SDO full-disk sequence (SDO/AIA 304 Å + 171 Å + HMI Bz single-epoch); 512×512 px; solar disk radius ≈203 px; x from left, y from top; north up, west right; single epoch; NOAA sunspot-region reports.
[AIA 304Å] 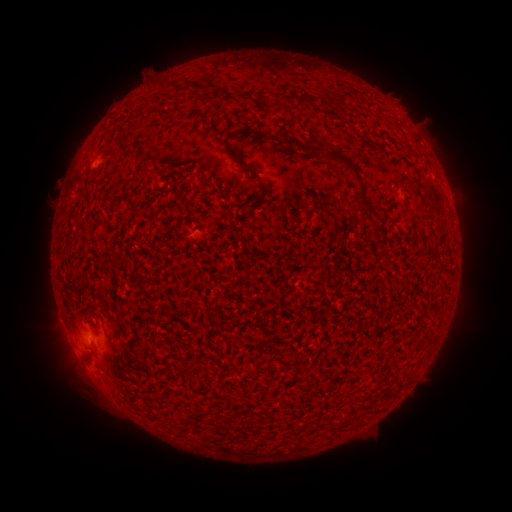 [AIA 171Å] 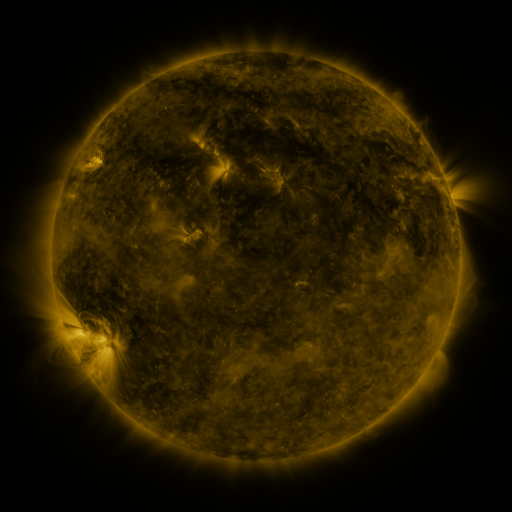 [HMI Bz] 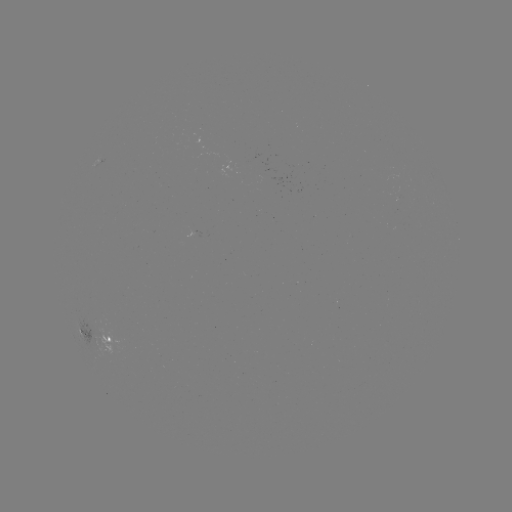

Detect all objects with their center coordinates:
spotted active region: (105, 156)
spotted active region: (94, 335)
